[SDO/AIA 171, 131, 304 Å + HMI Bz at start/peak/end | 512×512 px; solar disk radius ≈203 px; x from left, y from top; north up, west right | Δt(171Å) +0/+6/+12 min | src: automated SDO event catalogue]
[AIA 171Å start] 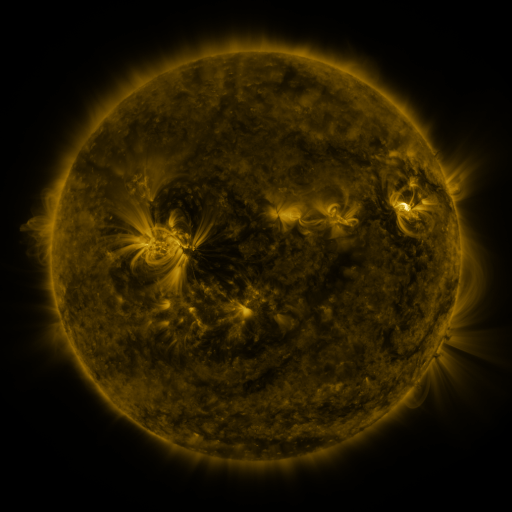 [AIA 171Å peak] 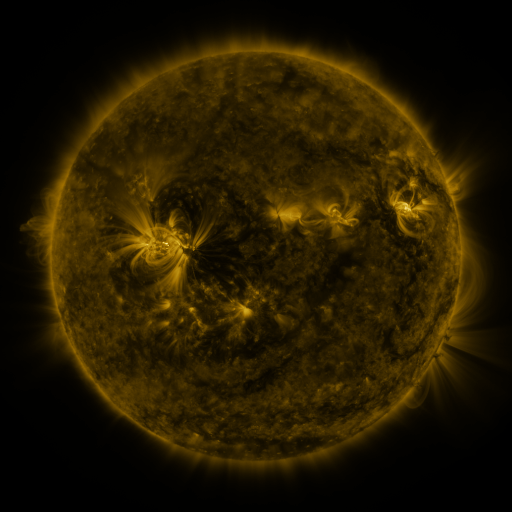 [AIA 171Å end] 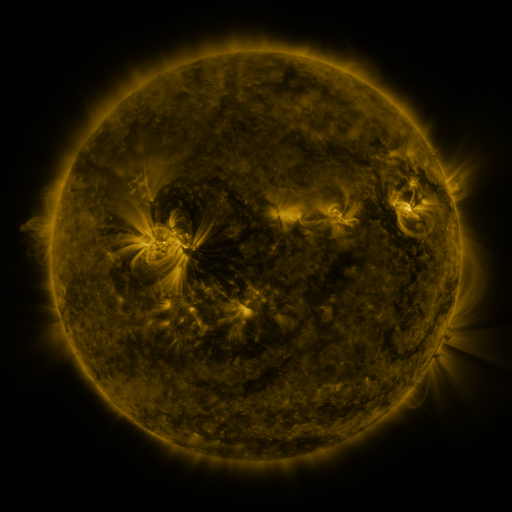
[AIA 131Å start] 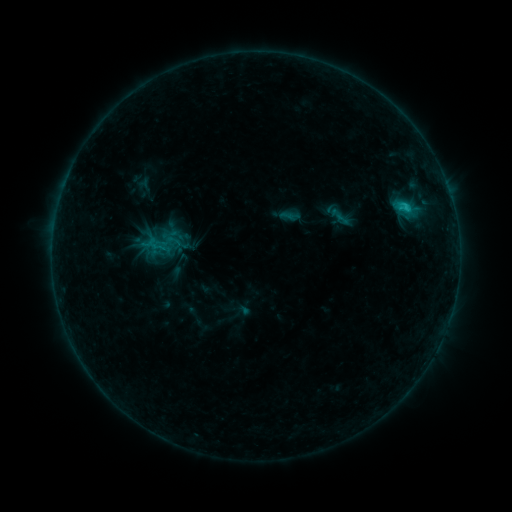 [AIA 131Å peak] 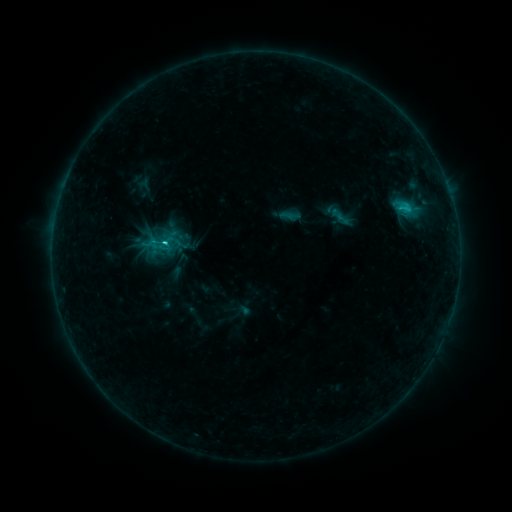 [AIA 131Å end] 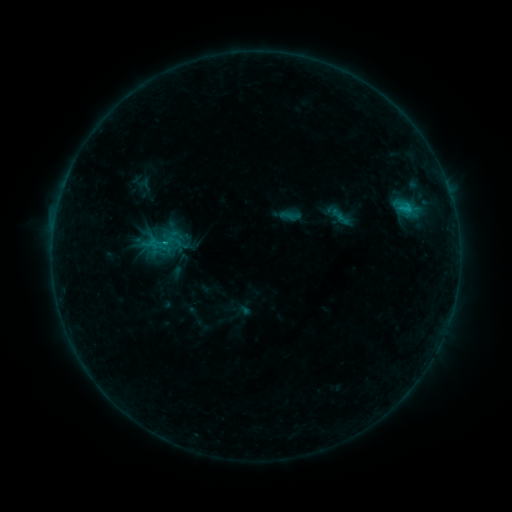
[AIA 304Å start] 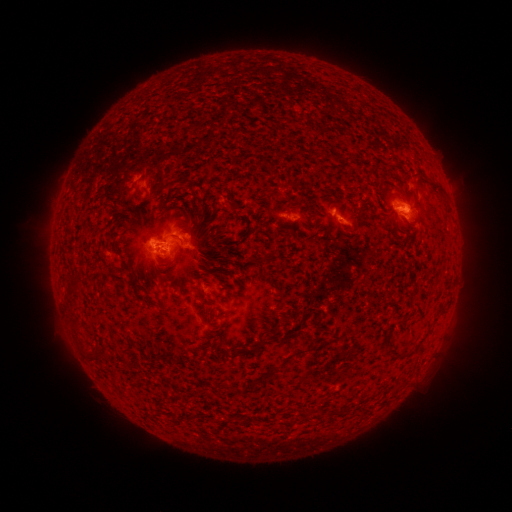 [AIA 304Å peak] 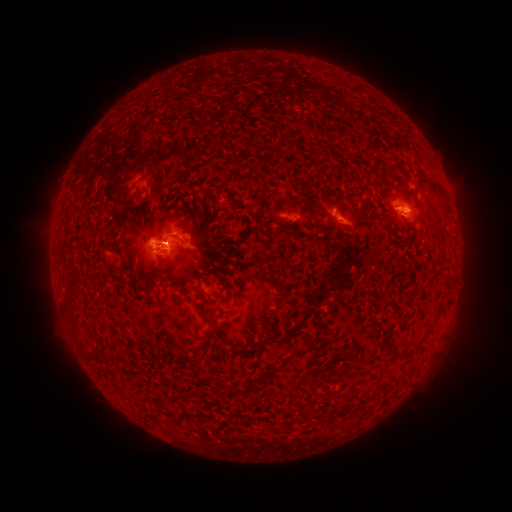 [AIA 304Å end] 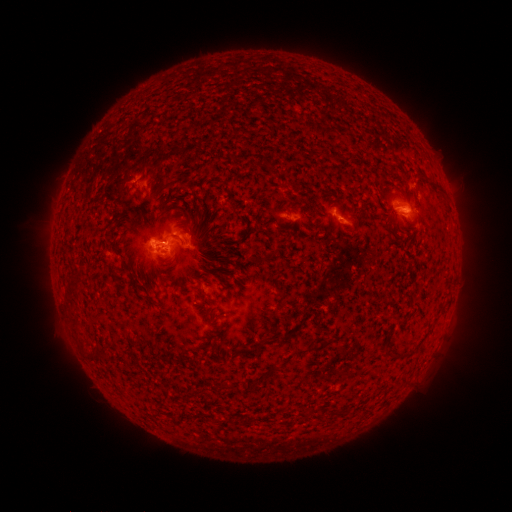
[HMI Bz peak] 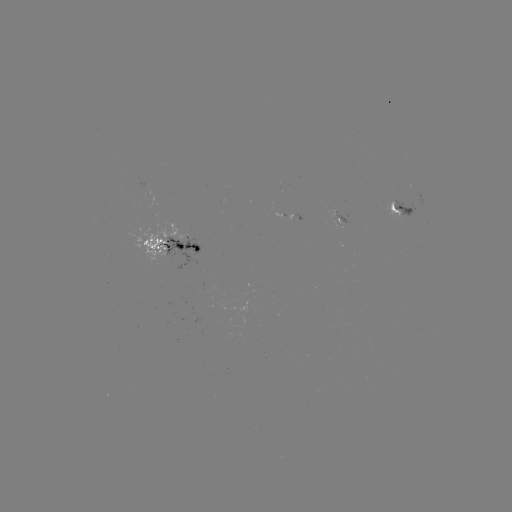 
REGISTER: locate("C1.3 flare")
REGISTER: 167,244